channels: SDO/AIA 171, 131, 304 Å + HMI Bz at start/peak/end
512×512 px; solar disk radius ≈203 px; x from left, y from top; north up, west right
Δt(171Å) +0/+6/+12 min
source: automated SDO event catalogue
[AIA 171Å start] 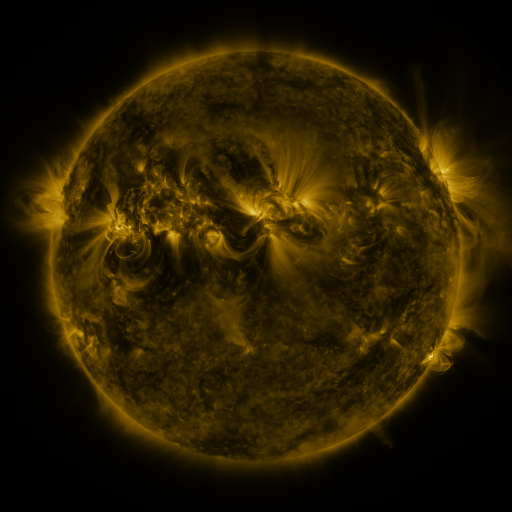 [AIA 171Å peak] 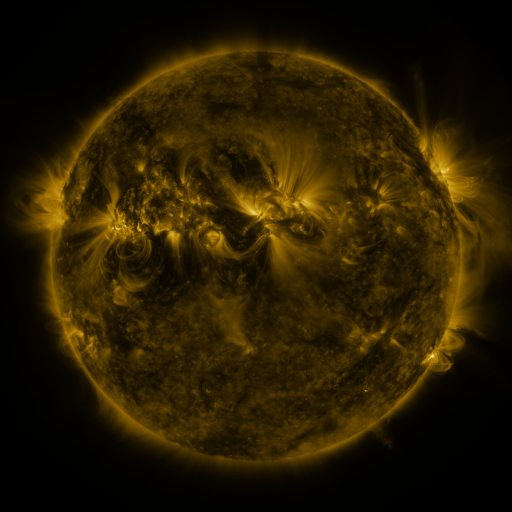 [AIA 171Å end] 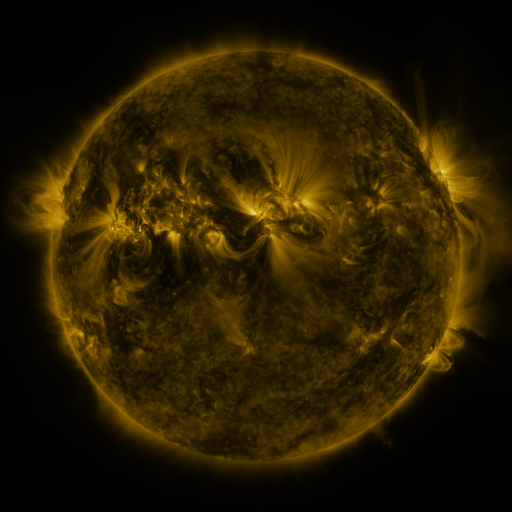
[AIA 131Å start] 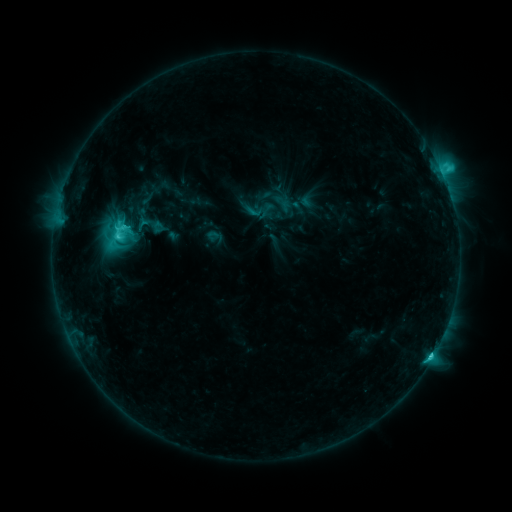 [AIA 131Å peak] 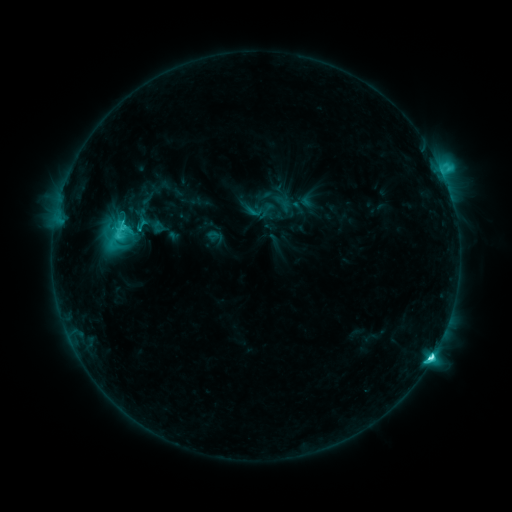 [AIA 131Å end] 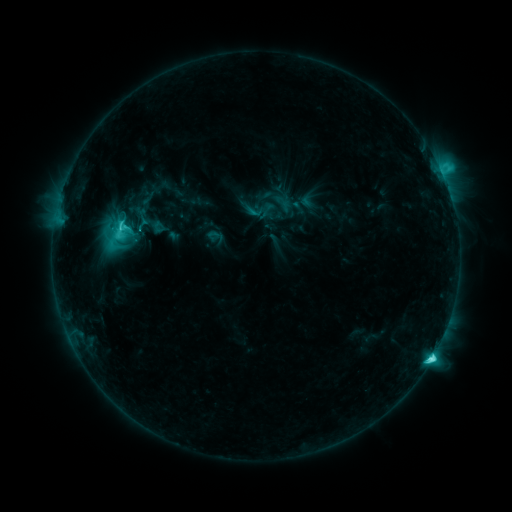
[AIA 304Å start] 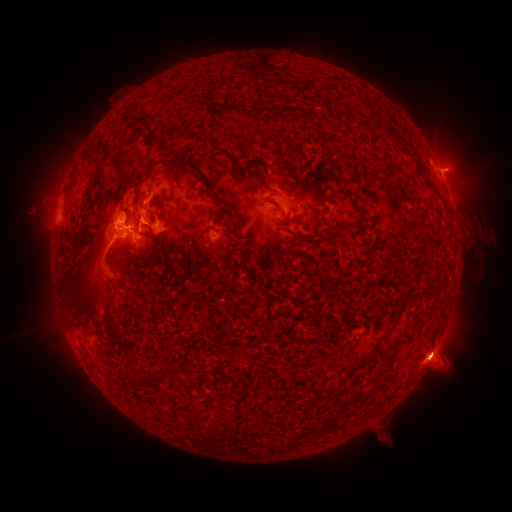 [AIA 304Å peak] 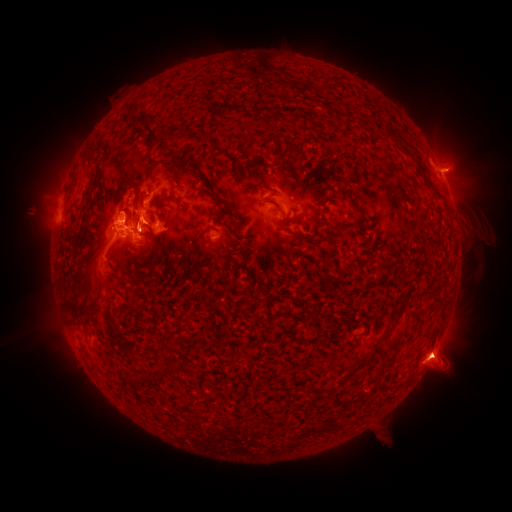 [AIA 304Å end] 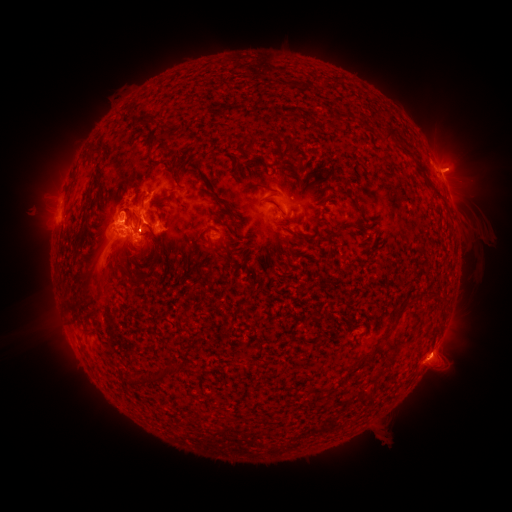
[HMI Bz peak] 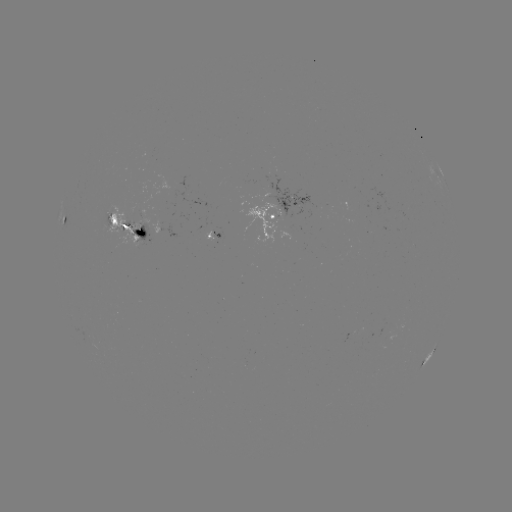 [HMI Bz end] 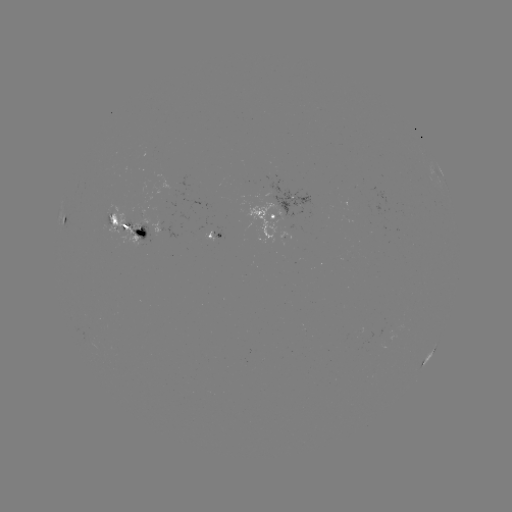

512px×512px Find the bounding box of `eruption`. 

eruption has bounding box [418, 324, 476, 385].